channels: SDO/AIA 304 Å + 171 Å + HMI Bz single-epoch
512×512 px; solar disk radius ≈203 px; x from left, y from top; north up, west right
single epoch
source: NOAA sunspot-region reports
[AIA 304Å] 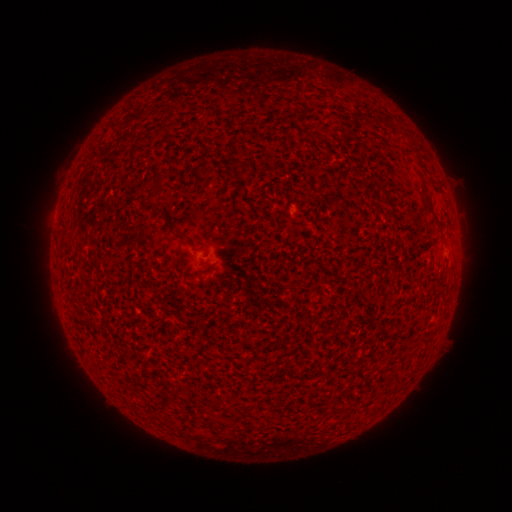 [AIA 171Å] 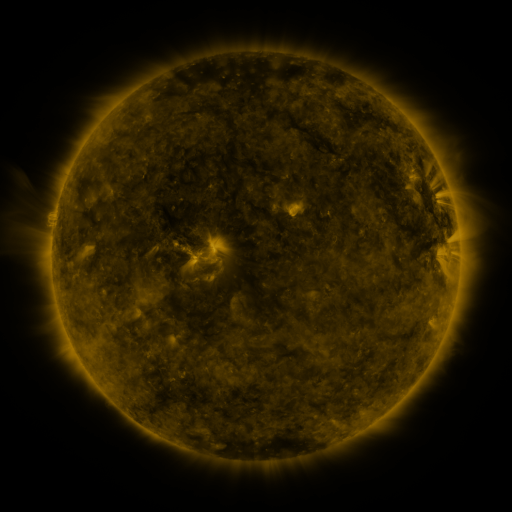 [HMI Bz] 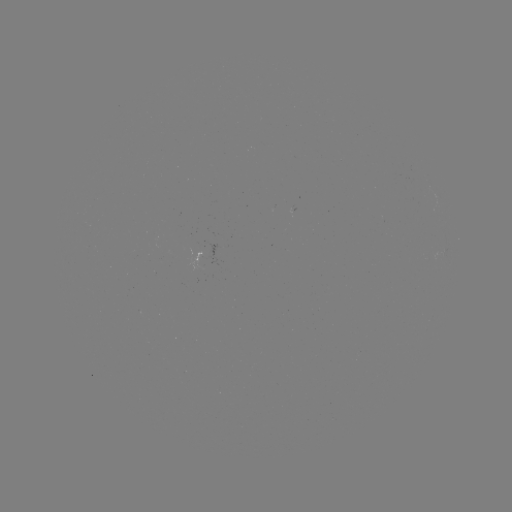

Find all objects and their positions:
(none)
